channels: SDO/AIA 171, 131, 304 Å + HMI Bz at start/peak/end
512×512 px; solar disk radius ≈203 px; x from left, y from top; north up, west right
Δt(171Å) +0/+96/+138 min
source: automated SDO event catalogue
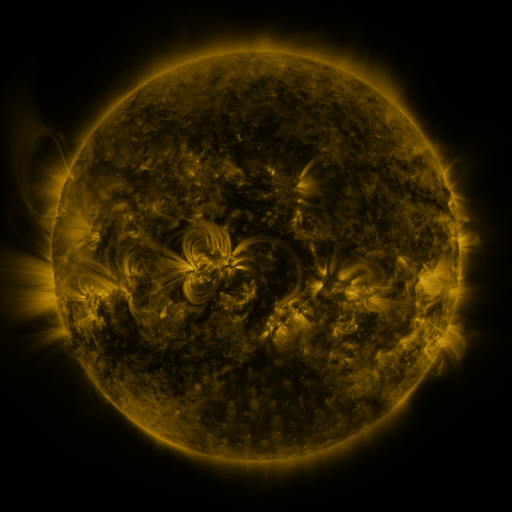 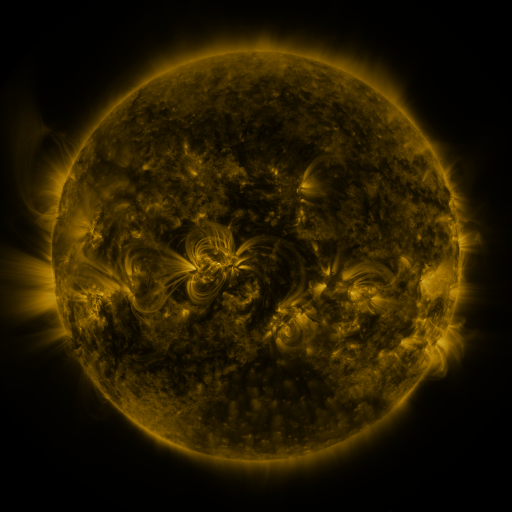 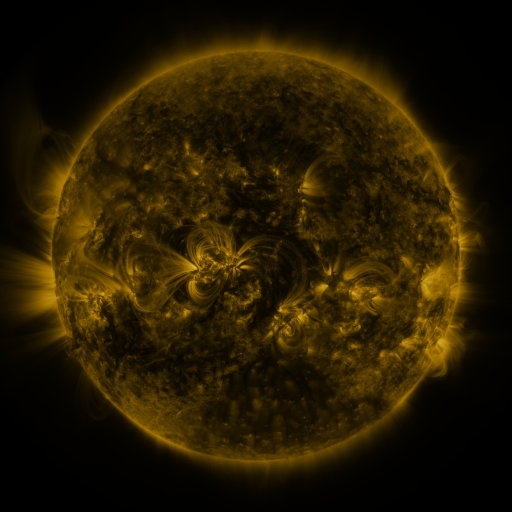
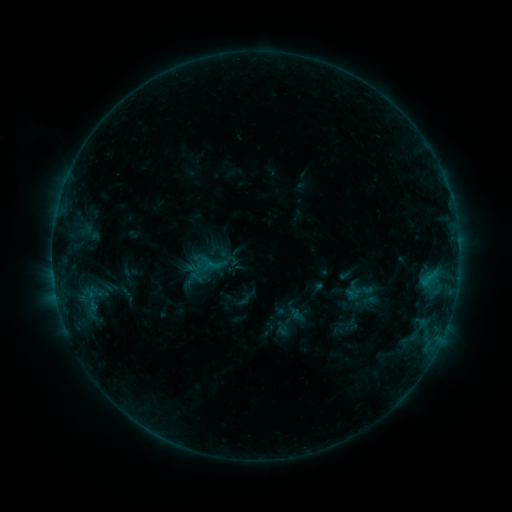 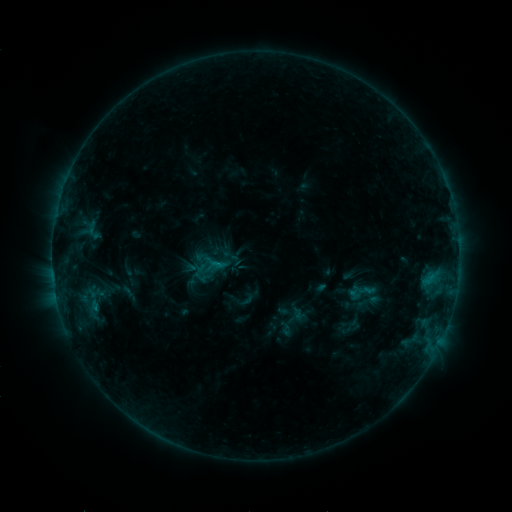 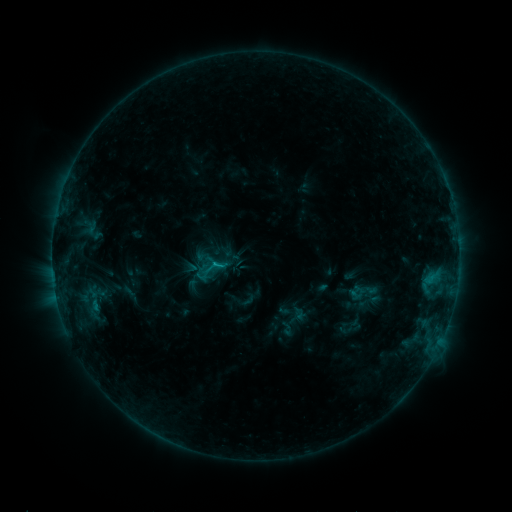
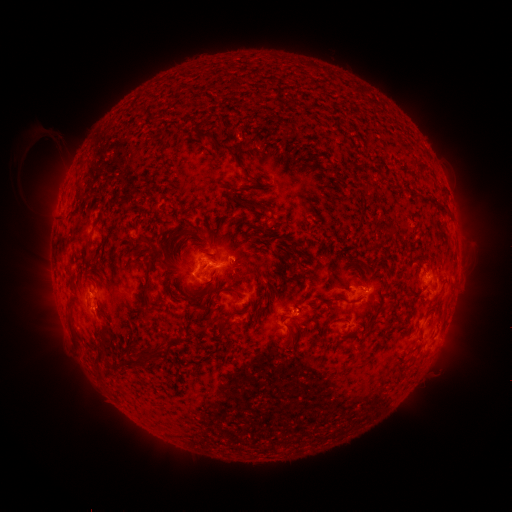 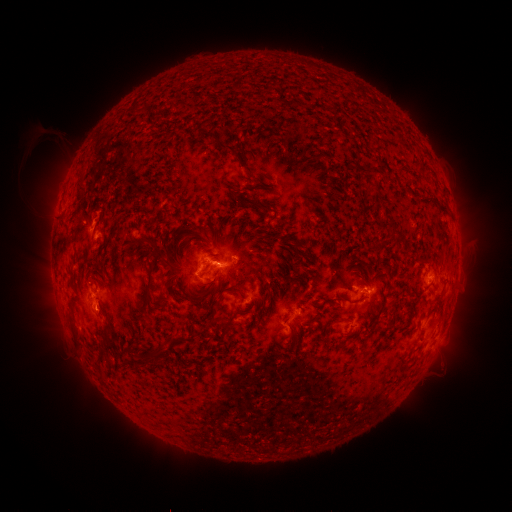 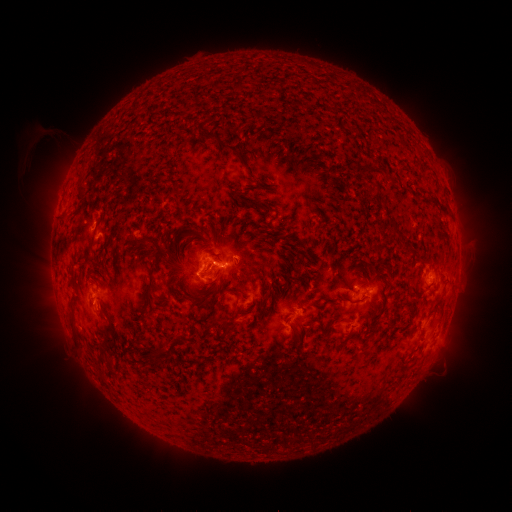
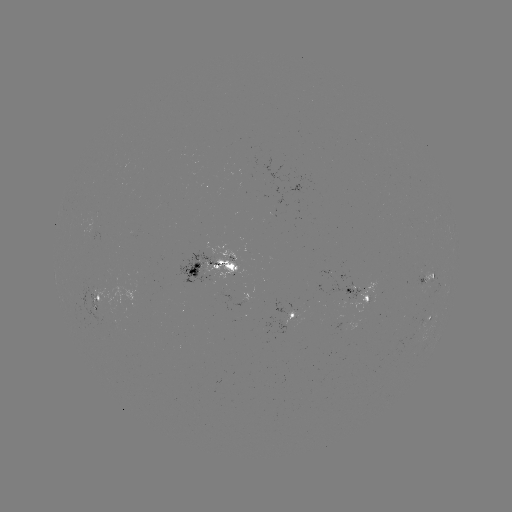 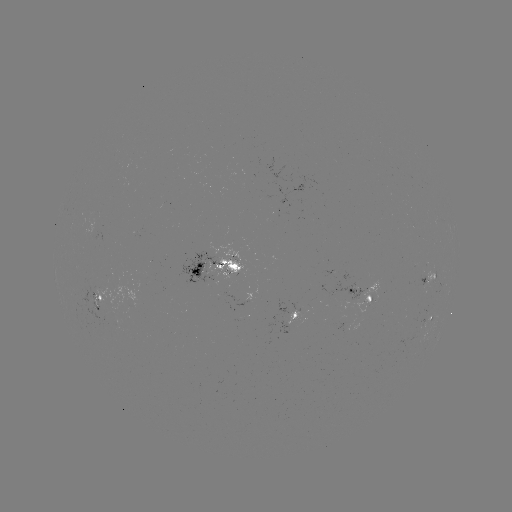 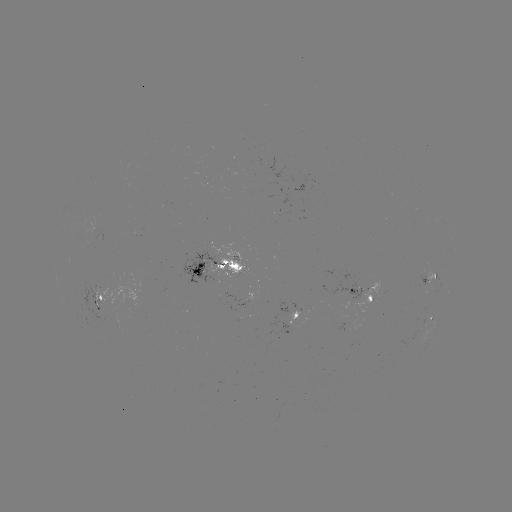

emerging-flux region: <bbox>333, 316, 345, 328</bbox>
